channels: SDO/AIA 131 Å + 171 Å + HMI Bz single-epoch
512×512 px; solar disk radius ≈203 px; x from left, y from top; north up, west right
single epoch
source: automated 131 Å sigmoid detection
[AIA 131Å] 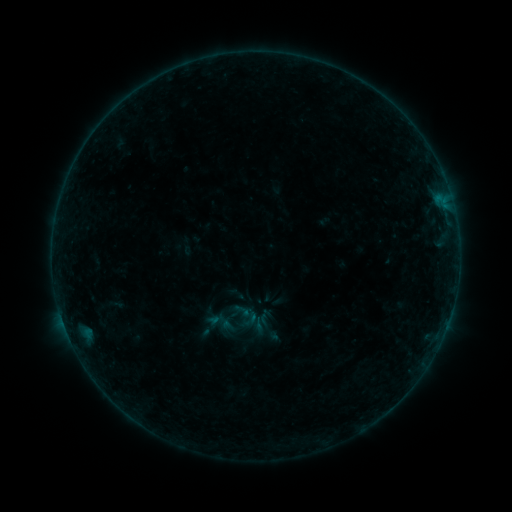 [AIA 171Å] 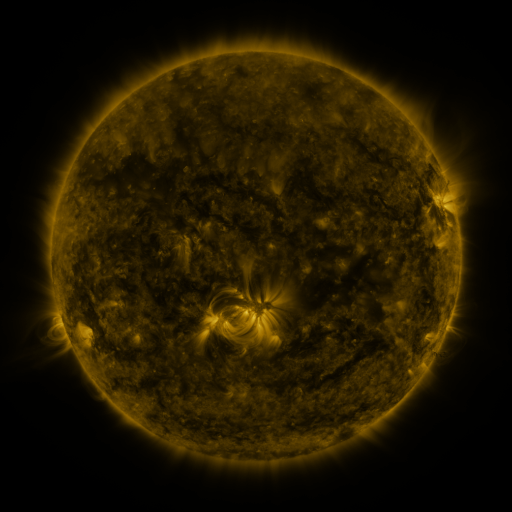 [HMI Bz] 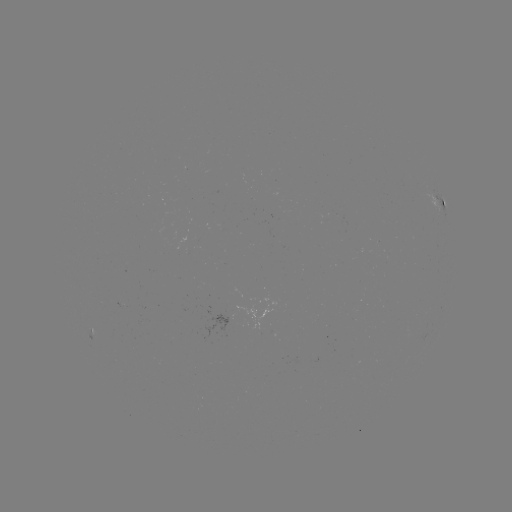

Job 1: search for sigmoid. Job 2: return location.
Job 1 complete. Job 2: (251, 319).